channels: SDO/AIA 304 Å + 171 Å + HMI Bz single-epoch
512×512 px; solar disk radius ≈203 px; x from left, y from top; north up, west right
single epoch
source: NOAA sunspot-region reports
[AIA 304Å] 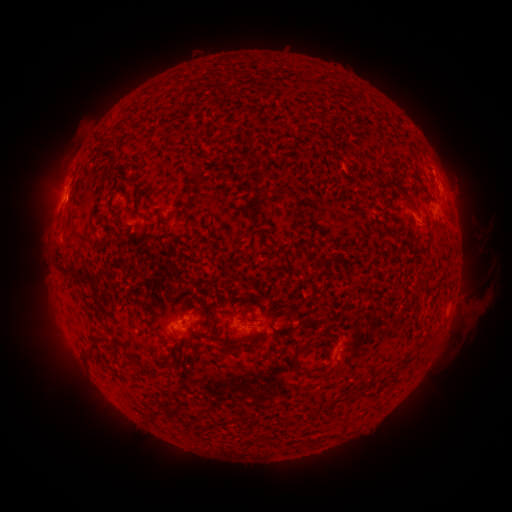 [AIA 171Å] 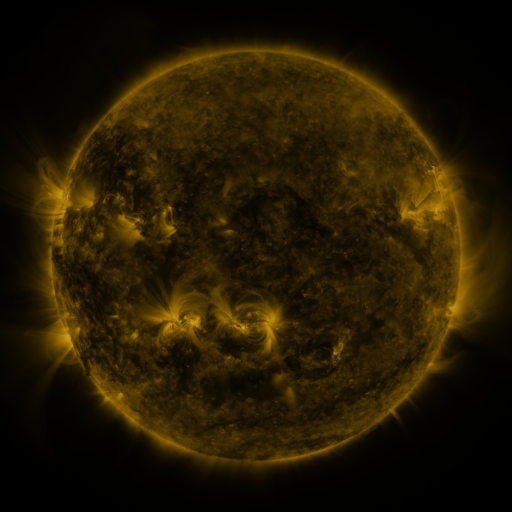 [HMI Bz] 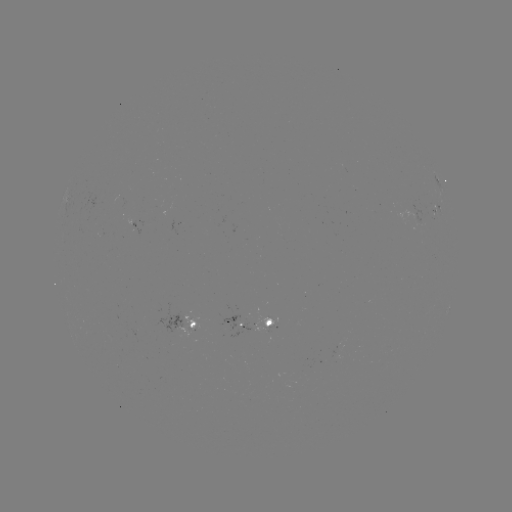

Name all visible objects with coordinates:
spotted active region: (437, 182)
spotted active region: (440, 212)
spotted active region: (256, 323)
spotted active region: (191, 325)
